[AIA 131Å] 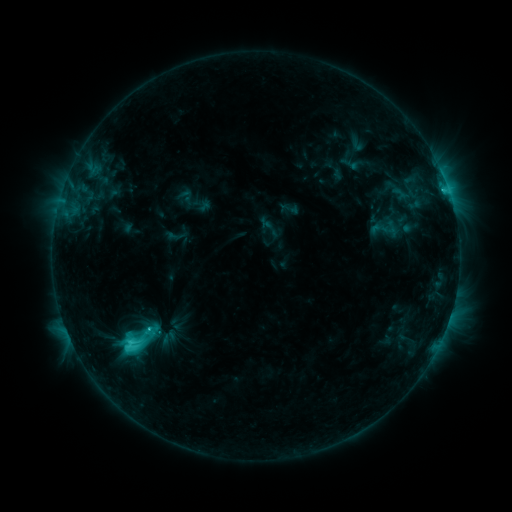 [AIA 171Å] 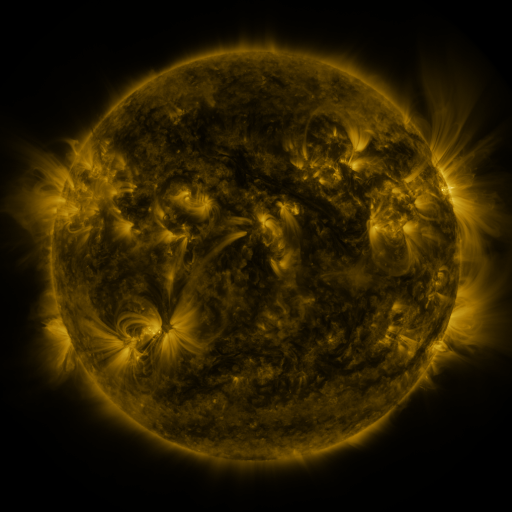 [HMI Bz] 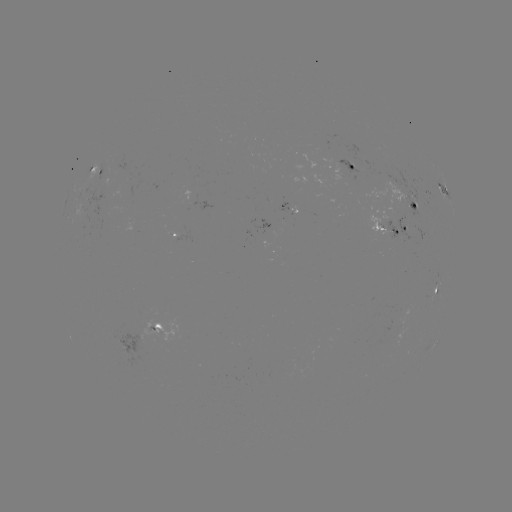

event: sigmoid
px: (133, 339)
